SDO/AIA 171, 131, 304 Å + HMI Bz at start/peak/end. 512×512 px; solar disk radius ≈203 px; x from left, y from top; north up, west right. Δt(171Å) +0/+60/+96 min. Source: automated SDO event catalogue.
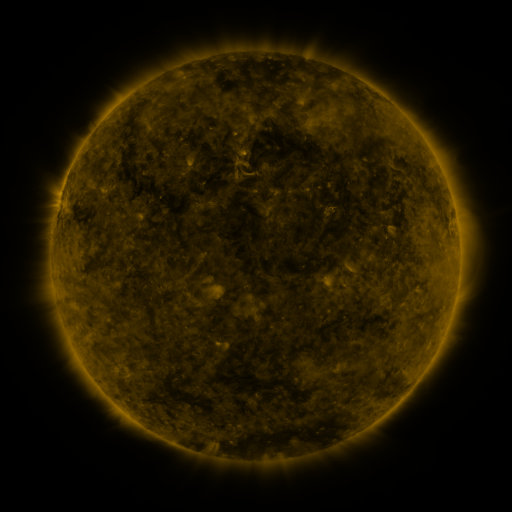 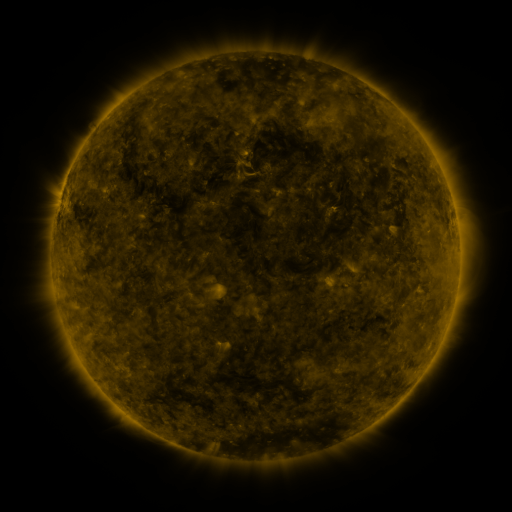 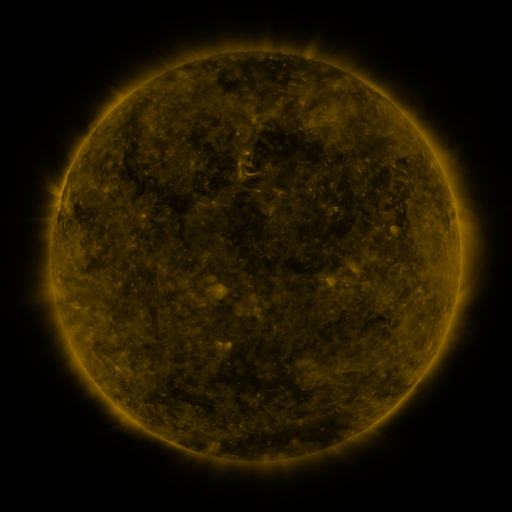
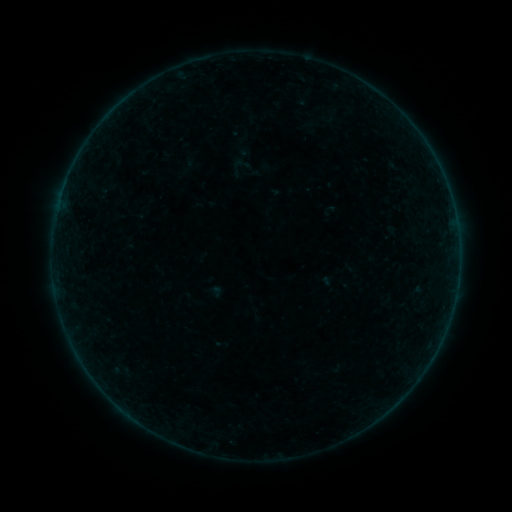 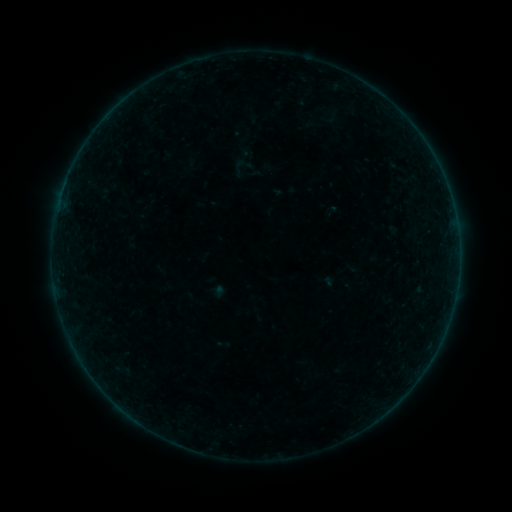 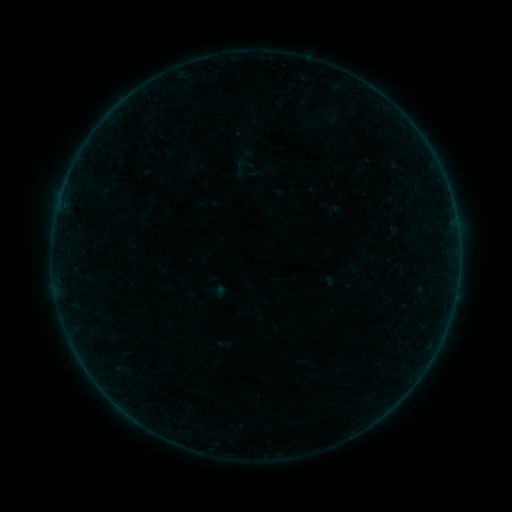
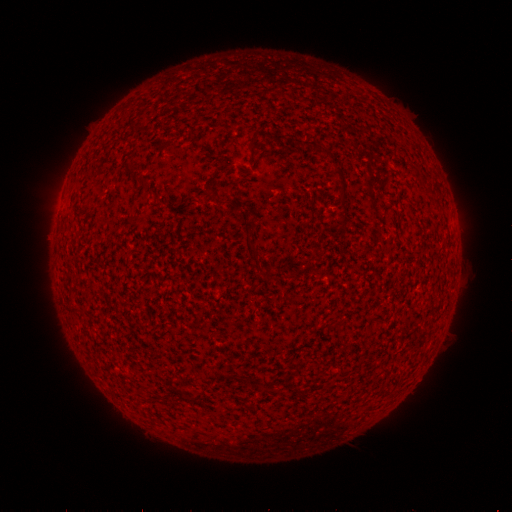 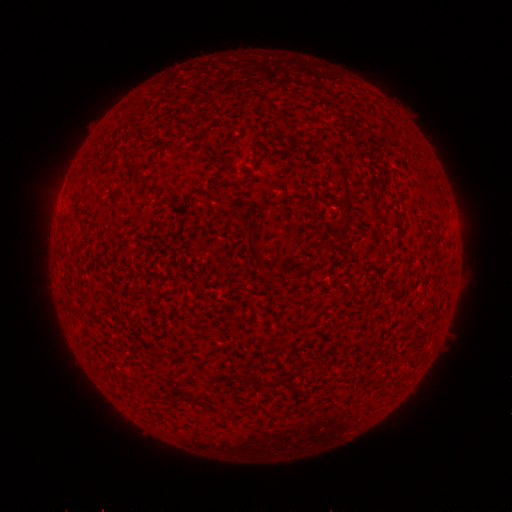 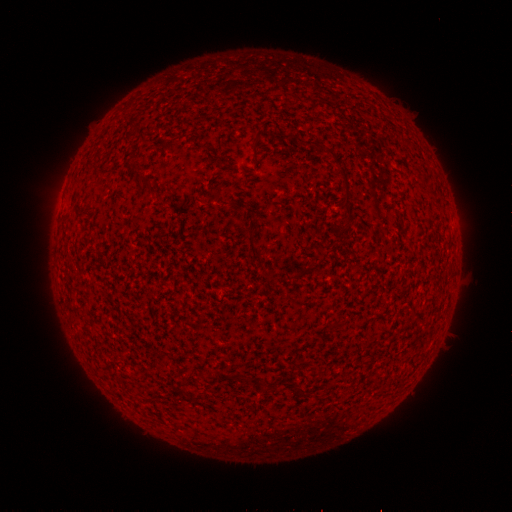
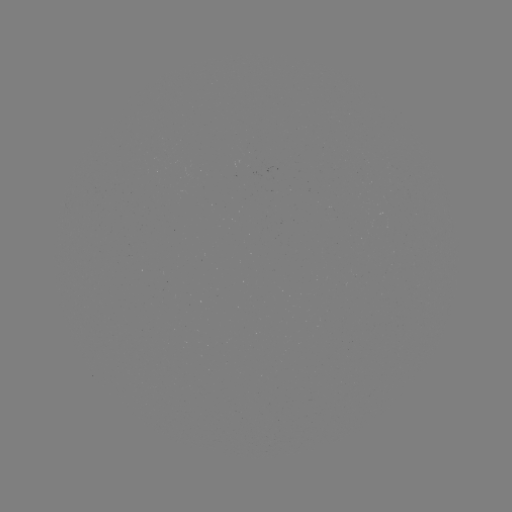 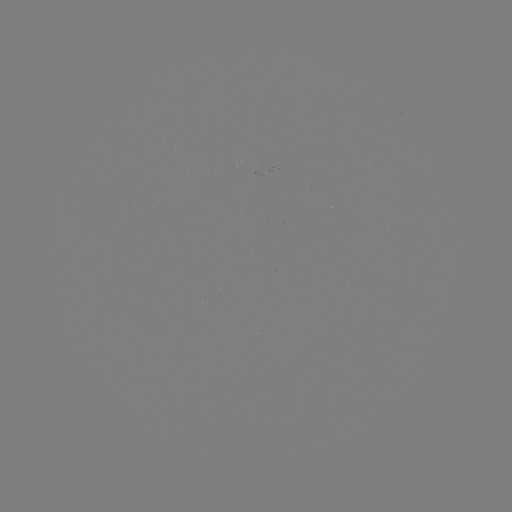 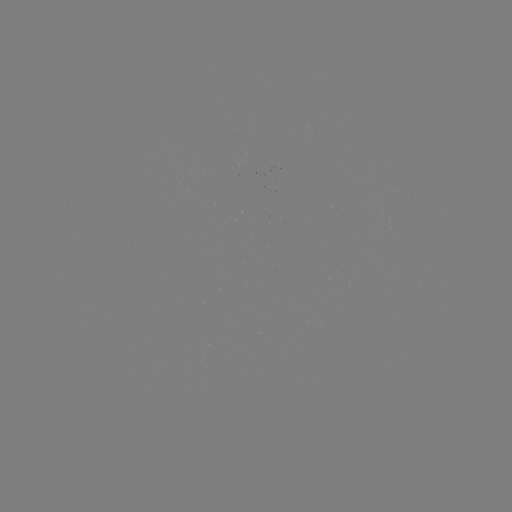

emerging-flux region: [235, 162, 270, 176]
